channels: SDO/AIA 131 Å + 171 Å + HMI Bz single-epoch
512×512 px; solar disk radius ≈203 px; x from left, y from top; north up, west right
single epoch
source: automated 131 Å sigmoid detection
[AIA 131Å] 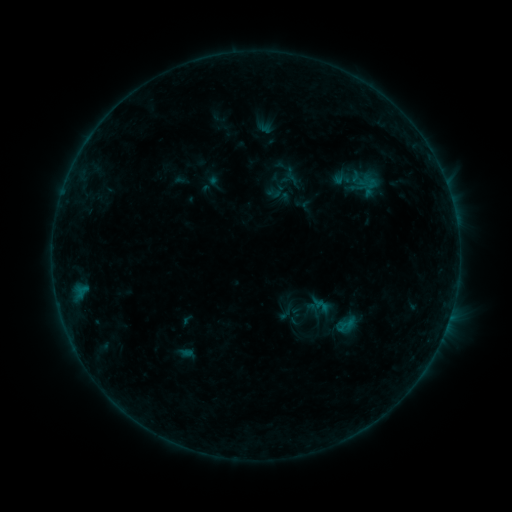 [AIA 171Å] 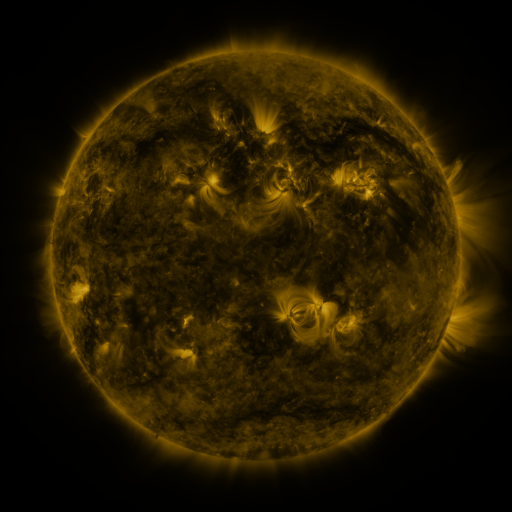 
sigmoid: <bbox>337, 317, 355, 338</bbox>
